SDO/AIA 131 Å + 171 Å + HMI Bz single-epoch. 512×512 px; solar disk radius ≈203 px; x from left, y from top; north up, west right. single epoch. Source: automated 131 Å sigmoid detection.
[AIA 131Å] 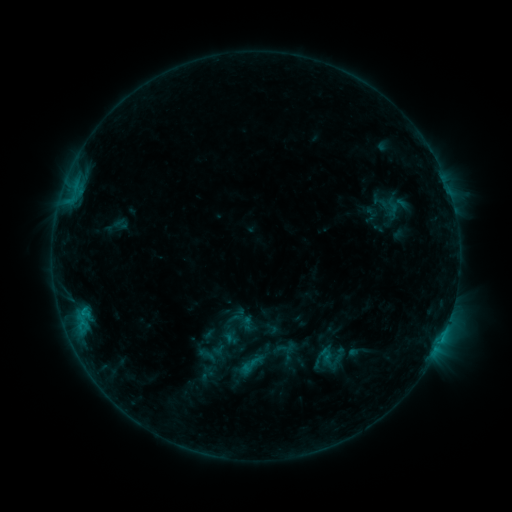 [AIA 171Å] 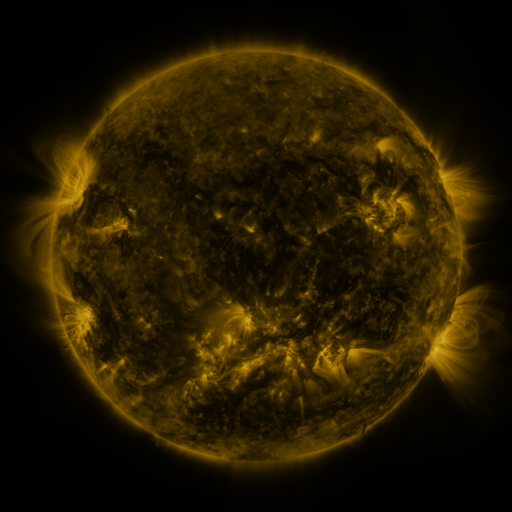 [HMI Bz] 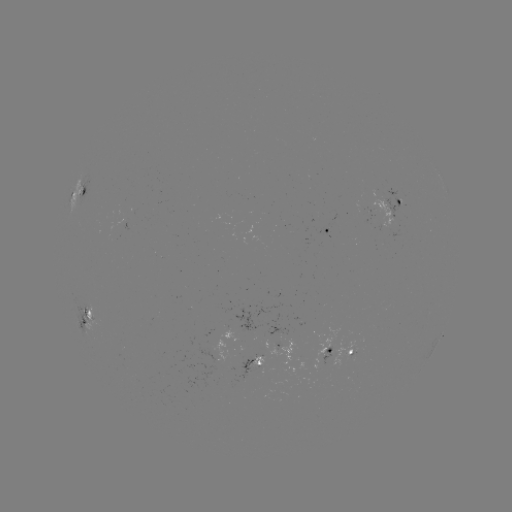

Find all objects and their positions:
sigmoid: (326, 355)
